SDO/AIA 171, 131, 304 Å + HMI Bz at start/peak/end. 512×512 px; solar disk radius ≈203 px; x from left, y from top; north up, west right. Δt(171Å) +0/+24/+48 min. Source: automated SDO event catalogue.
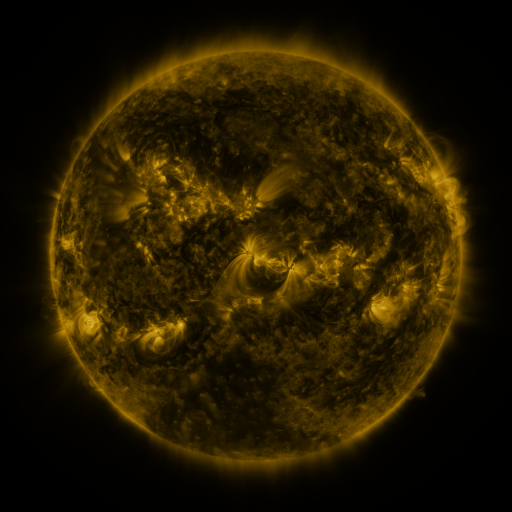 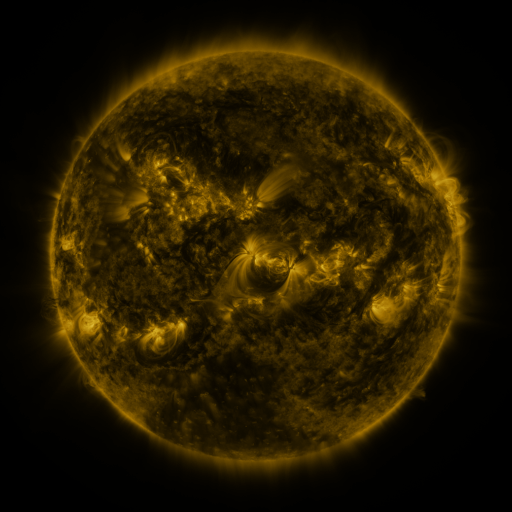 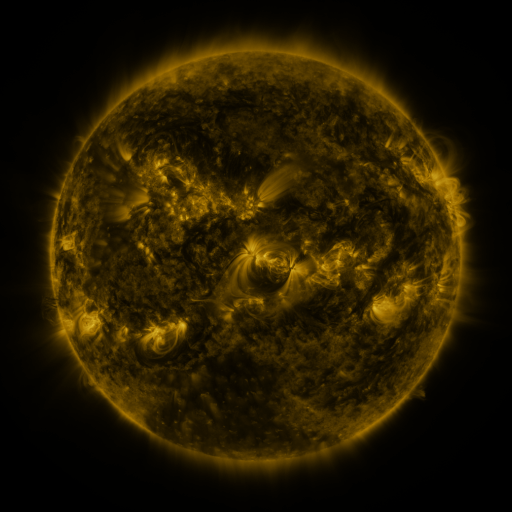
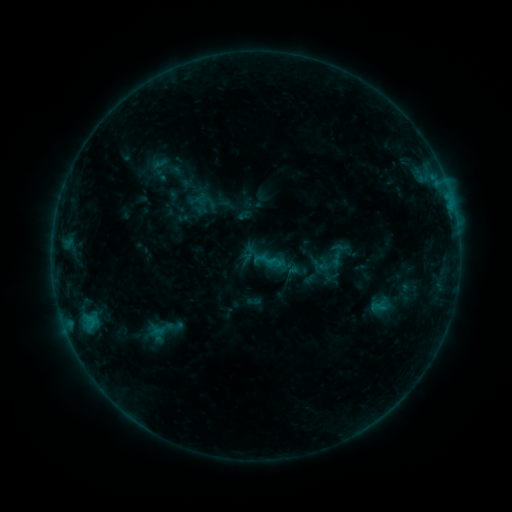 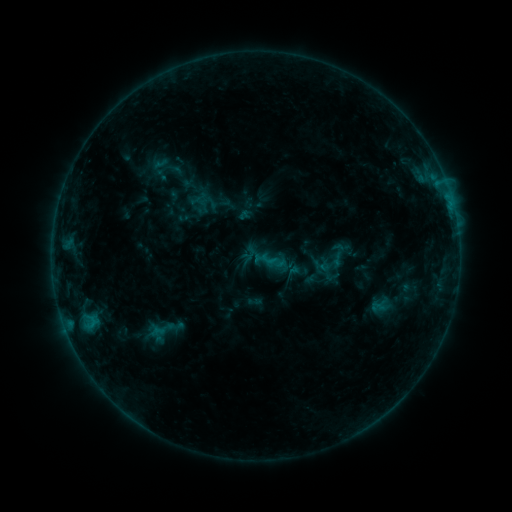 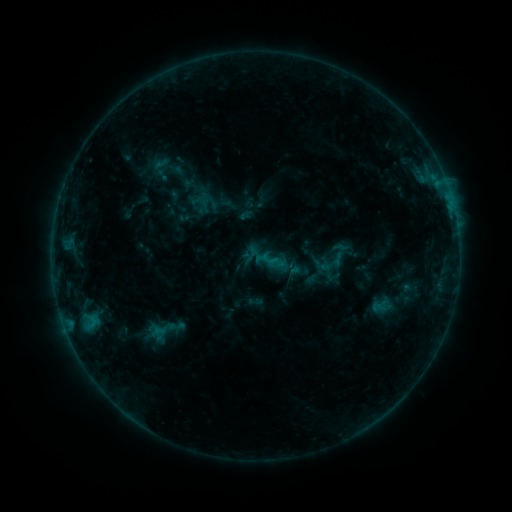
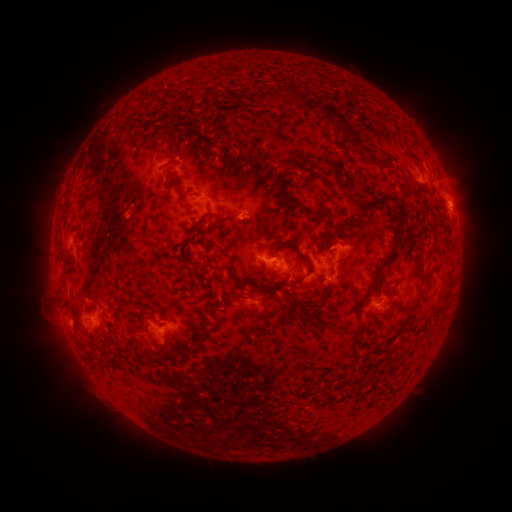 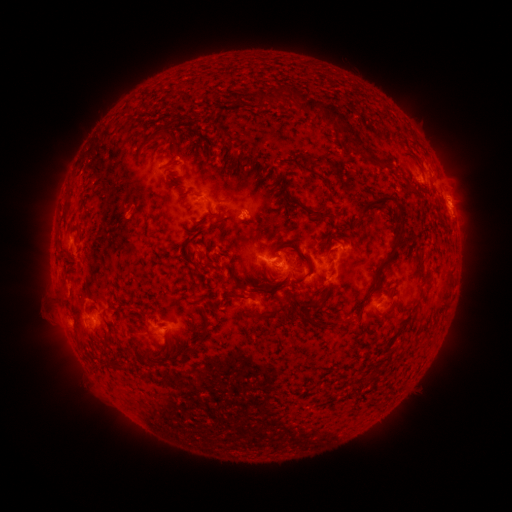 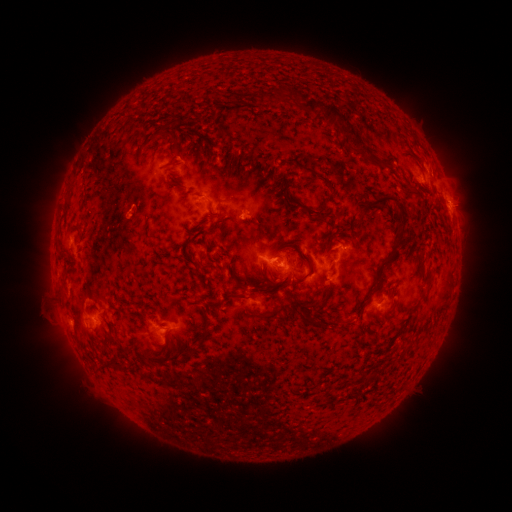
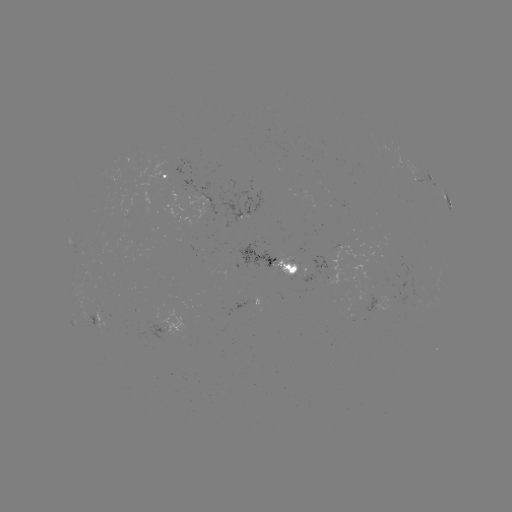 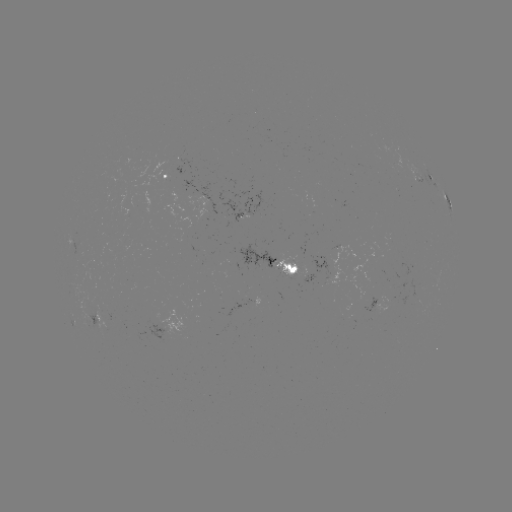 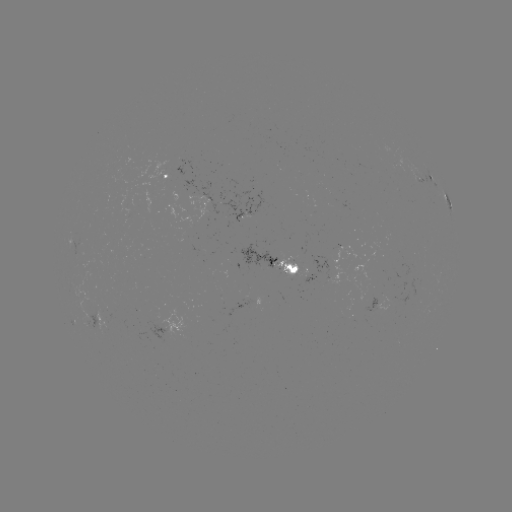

no catalogued flare and no flagged EUV brightening in this window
